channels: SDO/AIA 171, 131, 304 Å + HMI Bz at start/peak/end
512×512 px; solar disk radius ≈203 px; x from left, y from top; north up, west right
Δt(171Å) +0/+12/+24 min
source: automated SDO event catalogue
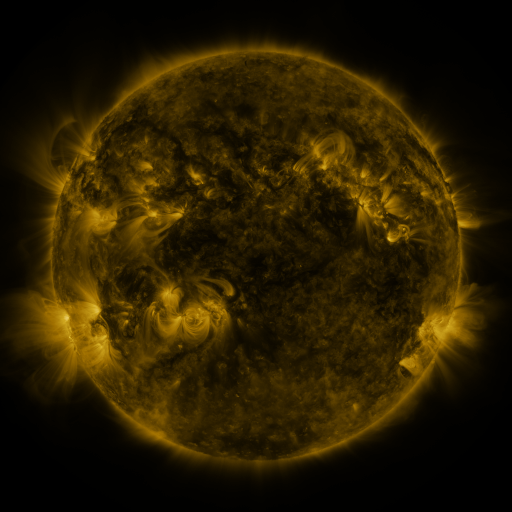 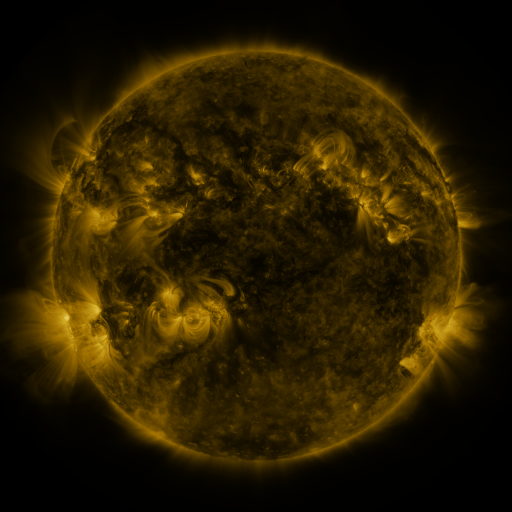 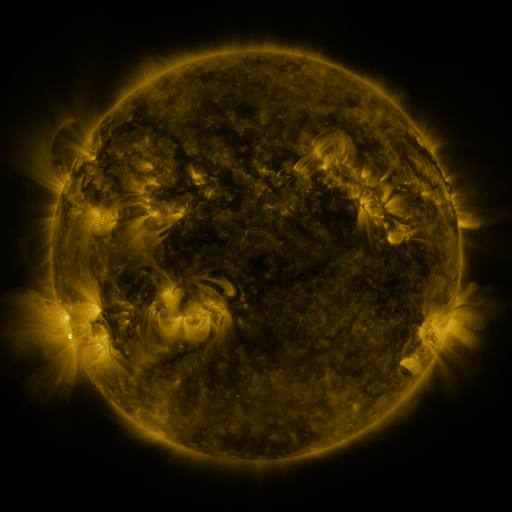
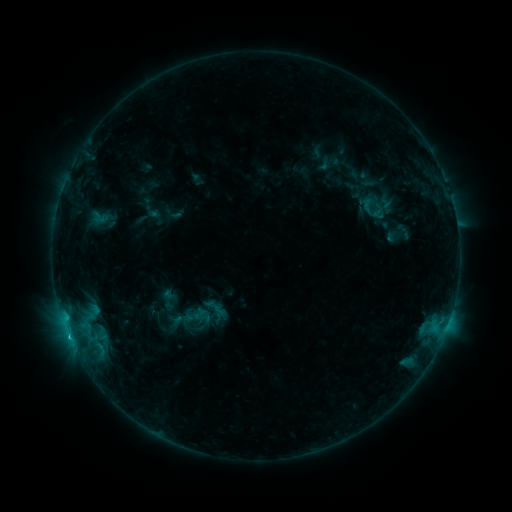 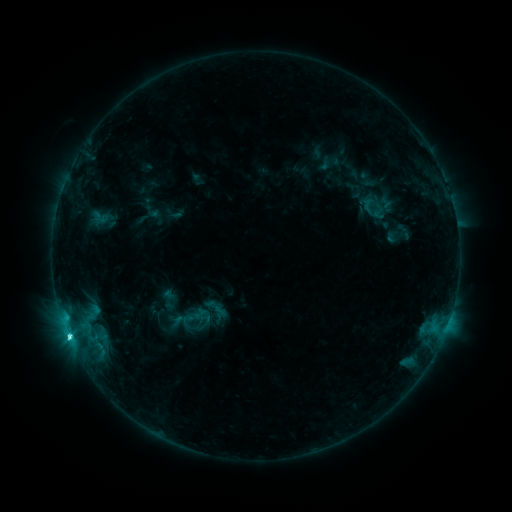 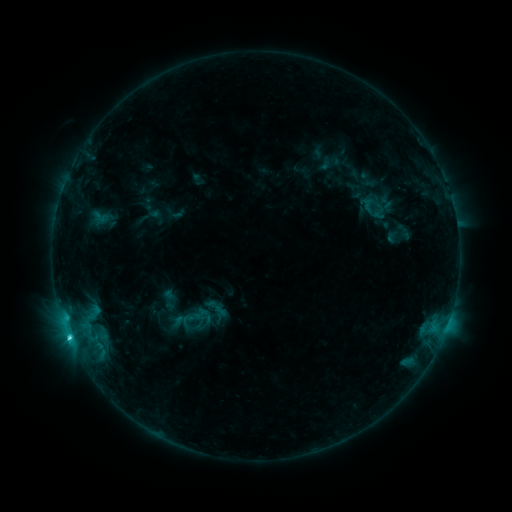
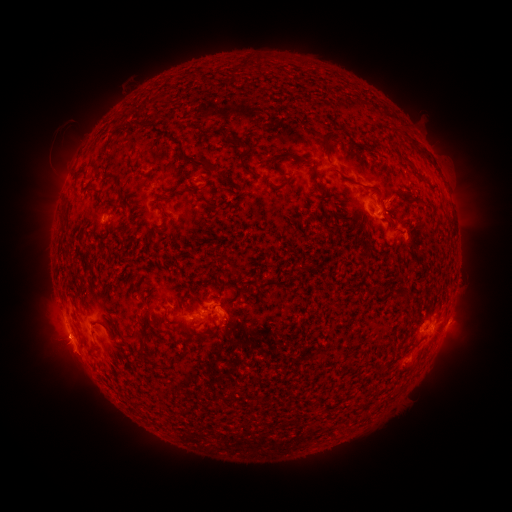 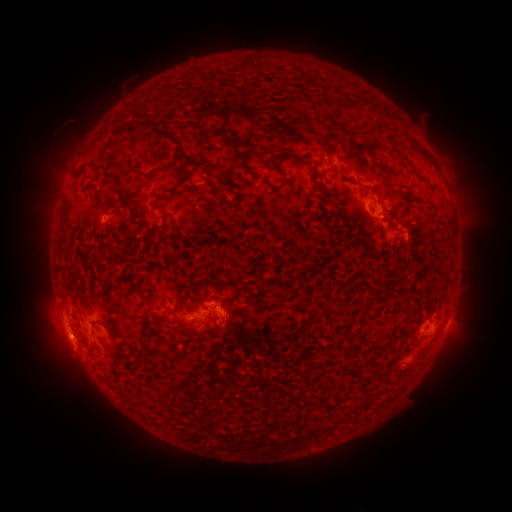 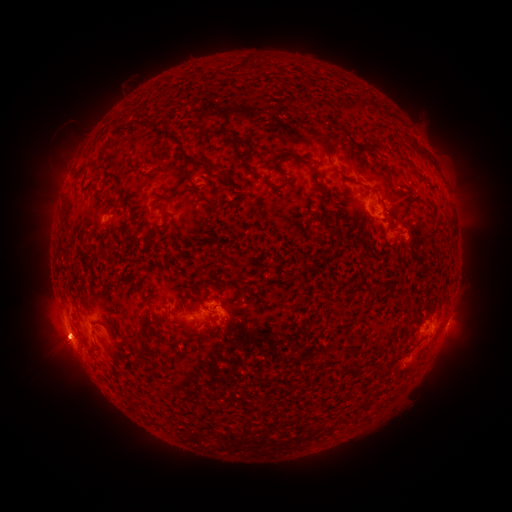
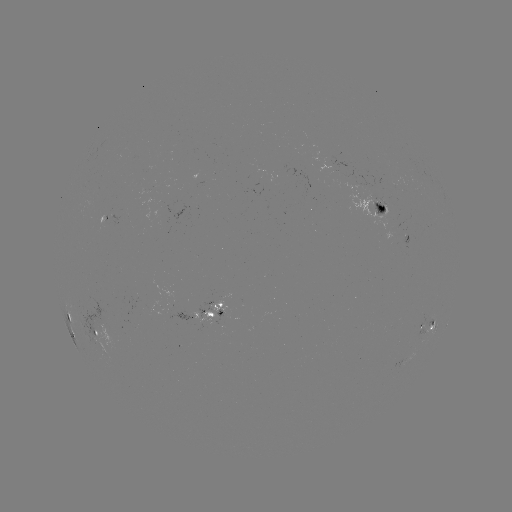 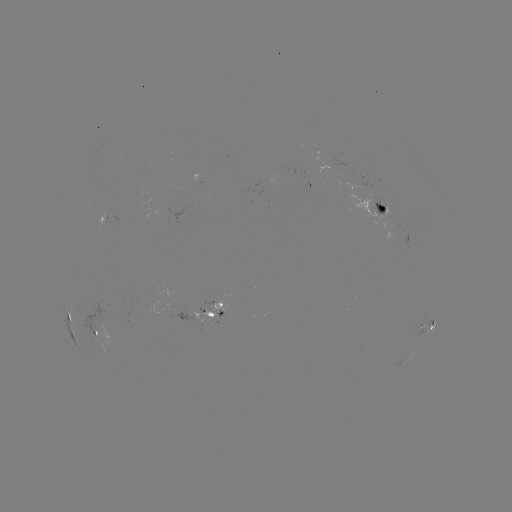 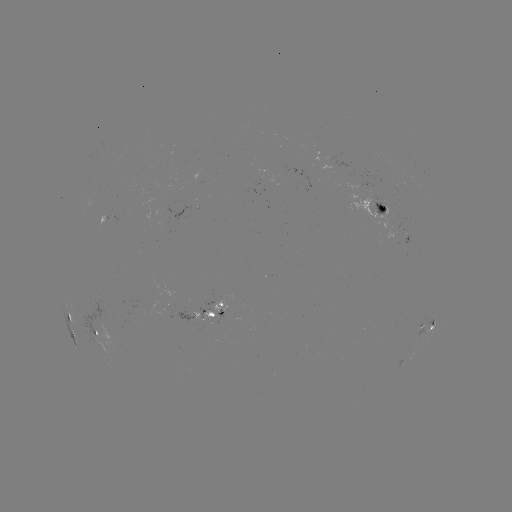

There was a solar flare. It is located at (69, 334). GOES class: C3.1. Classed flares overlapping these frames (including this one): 1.